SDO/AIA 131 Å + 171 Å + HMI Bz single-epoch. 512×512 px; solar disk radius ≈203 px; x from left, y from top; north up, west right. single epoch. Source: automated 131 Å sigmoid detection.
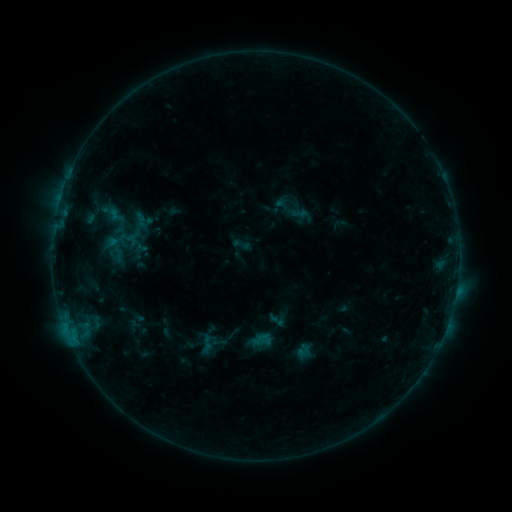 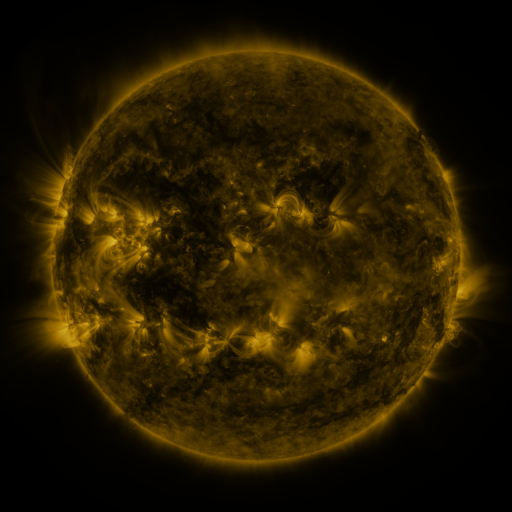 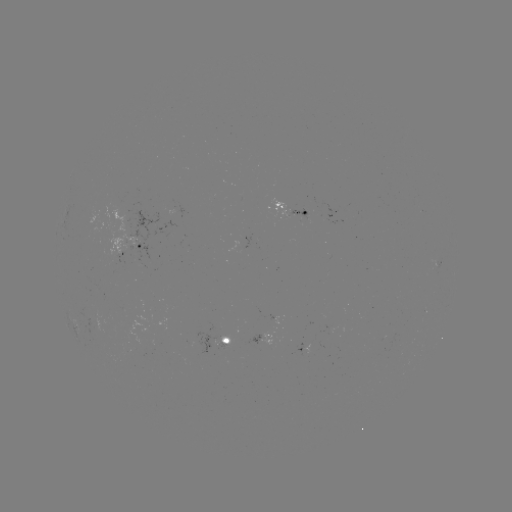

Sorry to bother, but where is sigmoid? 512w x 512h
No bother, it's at (242, 245).